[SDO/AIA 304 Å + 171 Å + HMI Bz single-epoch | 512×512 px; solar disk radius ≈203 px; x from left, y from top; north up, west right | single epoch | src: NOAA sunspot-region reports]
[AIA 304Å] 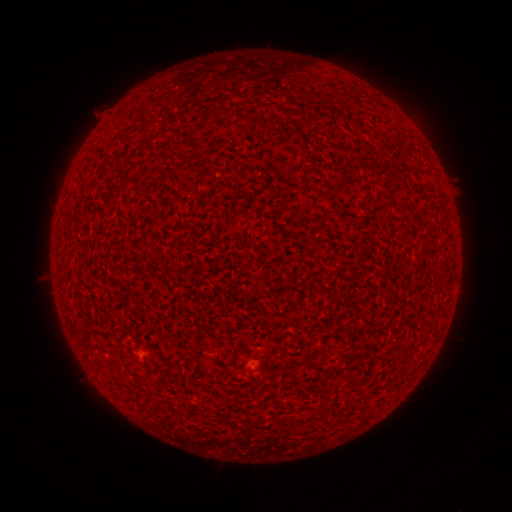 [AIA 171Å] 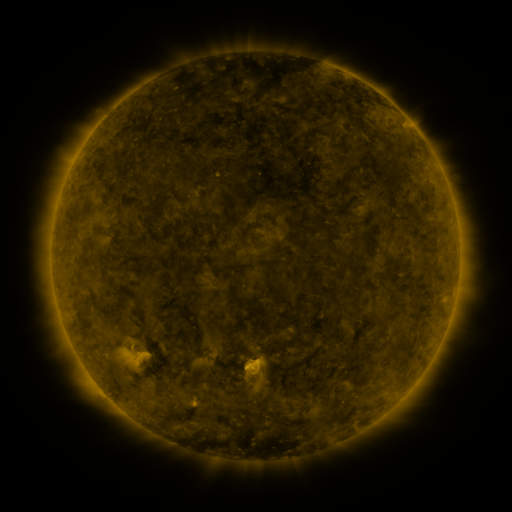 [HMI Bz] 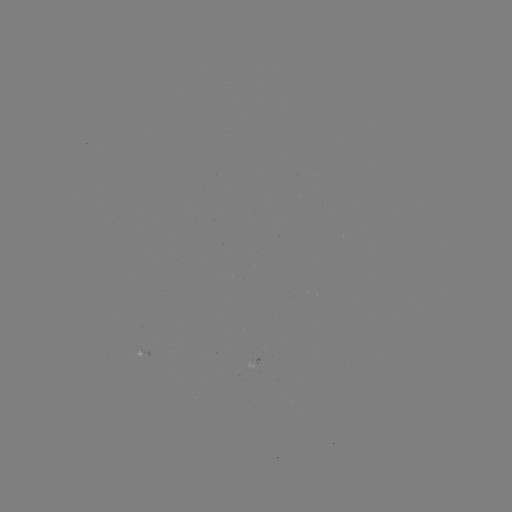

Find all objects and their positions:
(none)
